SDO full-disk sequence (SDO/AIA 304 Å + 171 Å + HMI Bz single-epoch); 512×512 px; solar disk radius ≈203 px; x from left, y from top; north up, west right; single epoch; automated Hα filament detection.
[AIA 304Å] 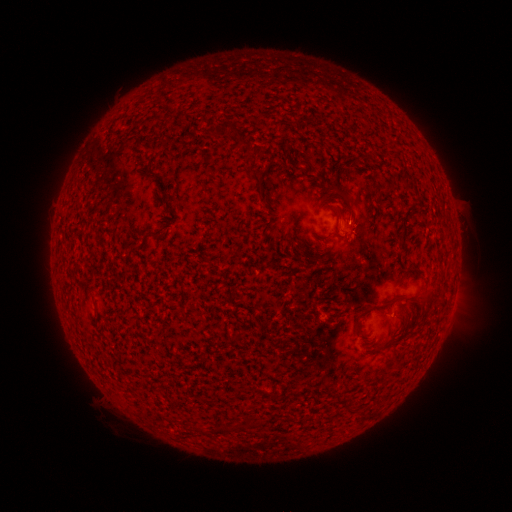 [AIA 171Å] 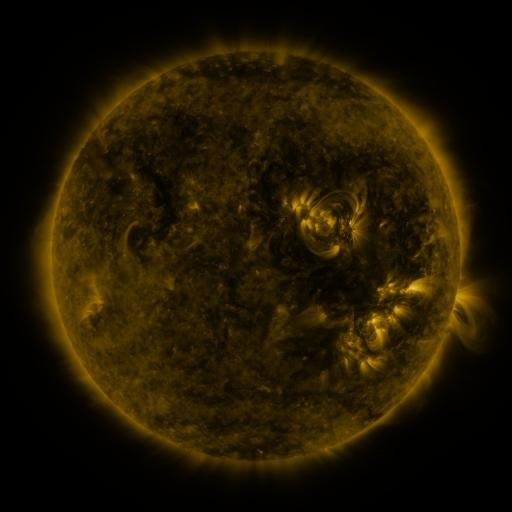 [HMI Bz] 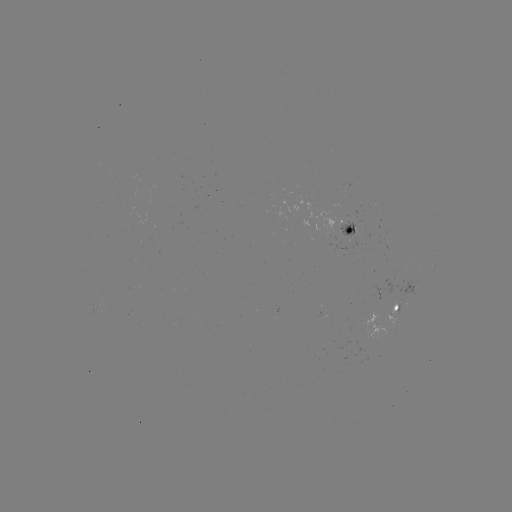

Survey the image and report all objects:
filament: (214, 121, 233, 138)
filament: (247, 171, 259, 183)
filament: (257, 189, 265, 199)
filament: (341, 192, 351, 202)
filament: (399, 205, 412, 243)
filament: (335, 210, 346, 221)
filament: (413, 291, 430, 302)
filament: (114, 312, 141, 344)
filament: (352, 315, 364, 333)
filament: (91, 318, 115, 348)
